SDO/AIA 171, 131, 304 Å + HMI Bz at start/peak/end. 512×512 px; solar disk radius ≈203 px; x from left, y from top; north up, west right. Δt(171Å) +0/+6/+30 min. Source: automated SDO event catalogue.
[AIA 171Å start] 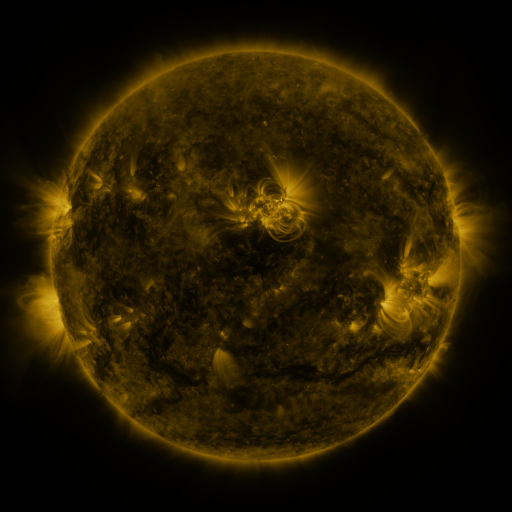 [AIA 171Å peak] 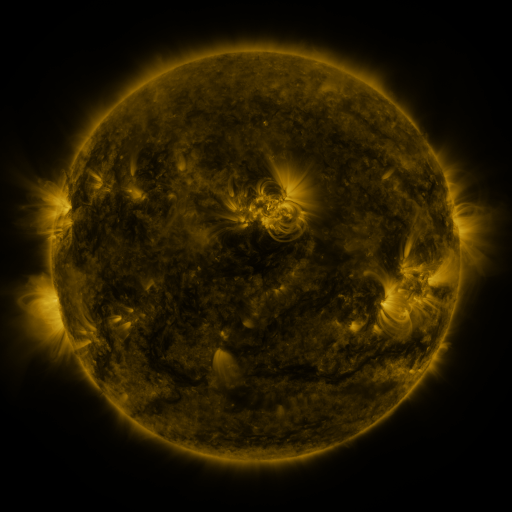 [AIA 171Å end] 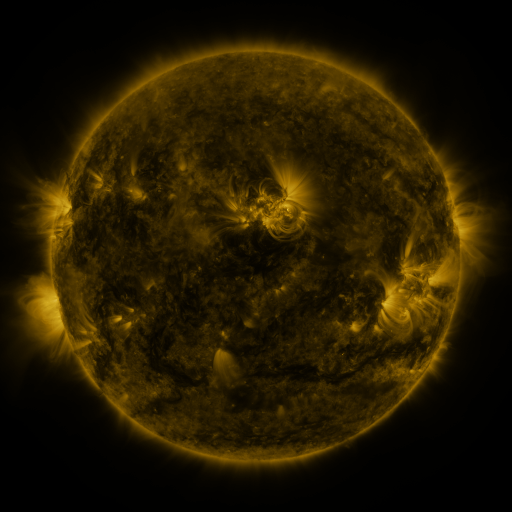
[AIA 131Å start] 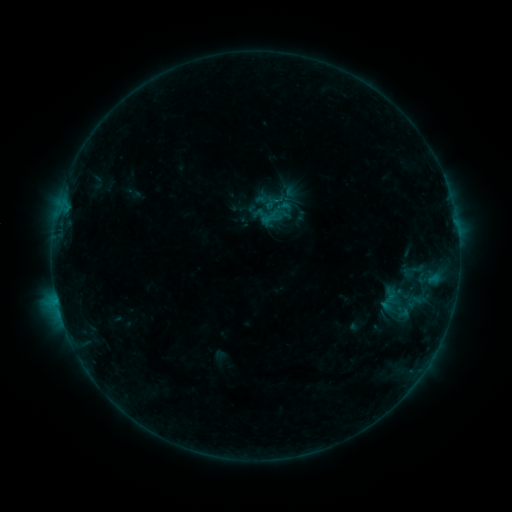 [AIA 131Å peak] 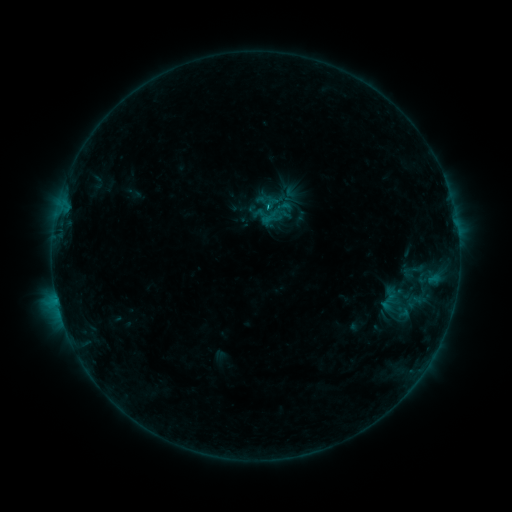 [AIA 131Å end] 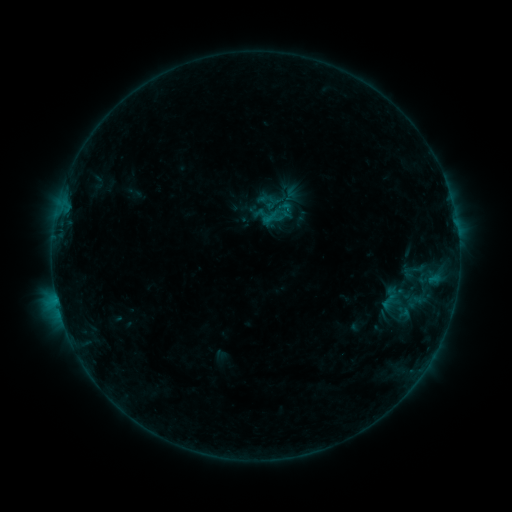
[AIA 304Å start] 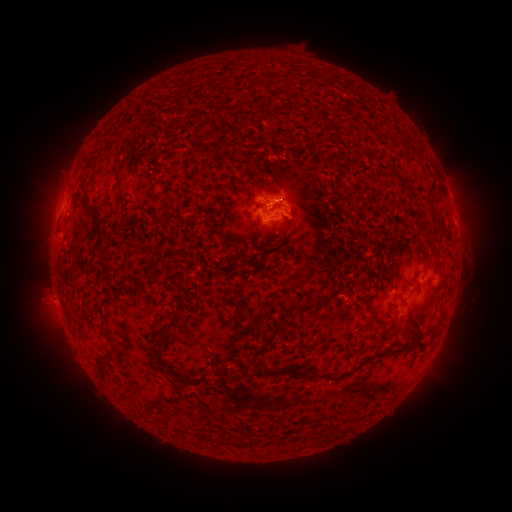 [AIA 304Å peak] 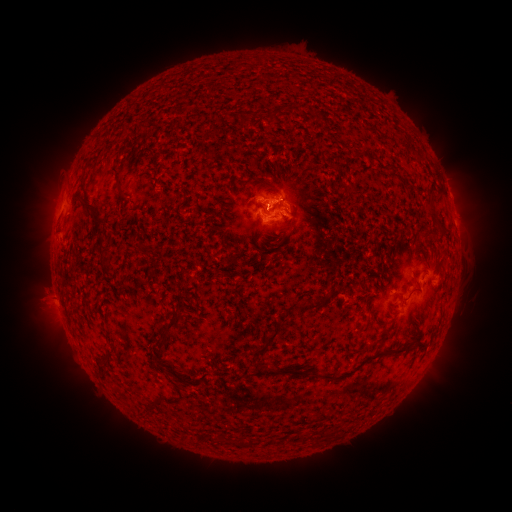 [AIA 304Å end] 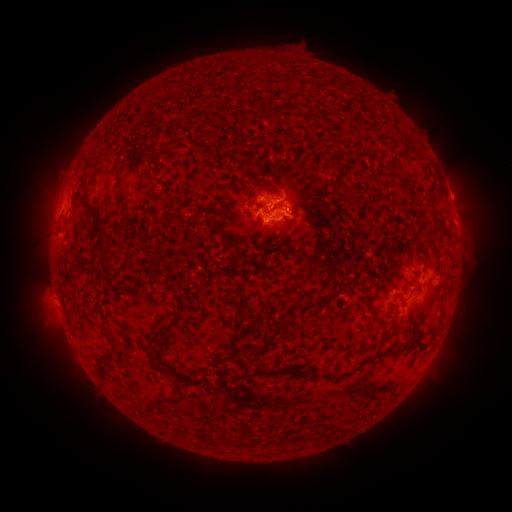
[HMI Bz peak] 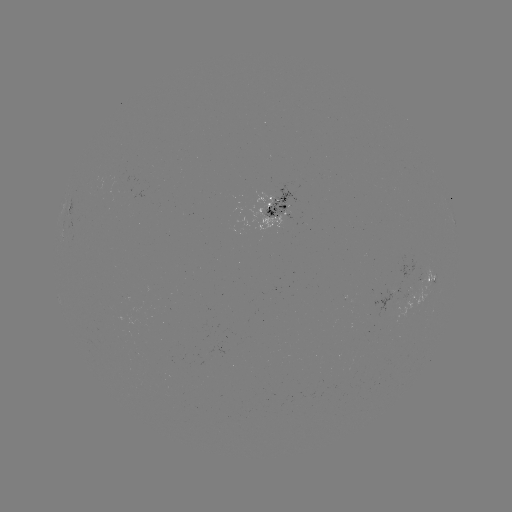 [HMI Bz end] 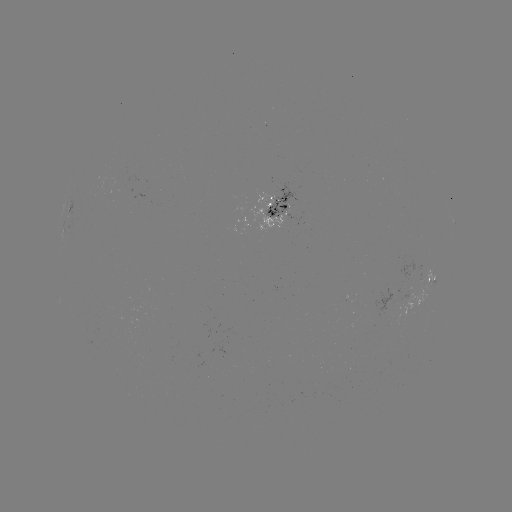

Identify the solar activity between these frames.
B4.4 flare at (266, 212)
